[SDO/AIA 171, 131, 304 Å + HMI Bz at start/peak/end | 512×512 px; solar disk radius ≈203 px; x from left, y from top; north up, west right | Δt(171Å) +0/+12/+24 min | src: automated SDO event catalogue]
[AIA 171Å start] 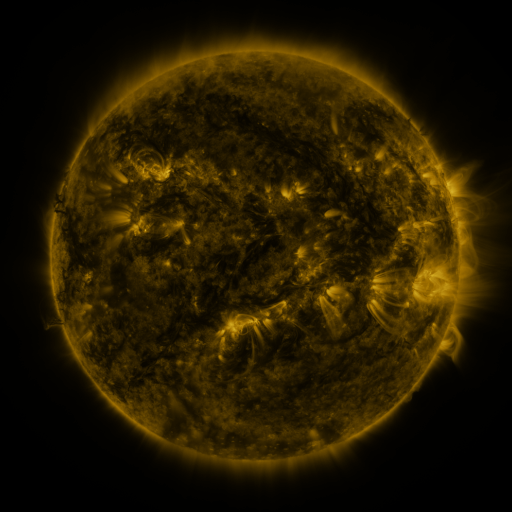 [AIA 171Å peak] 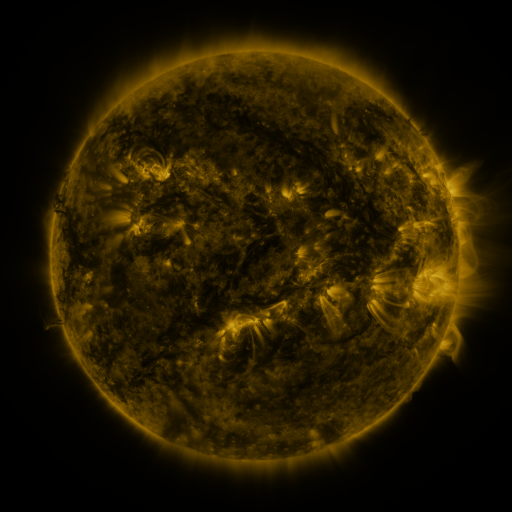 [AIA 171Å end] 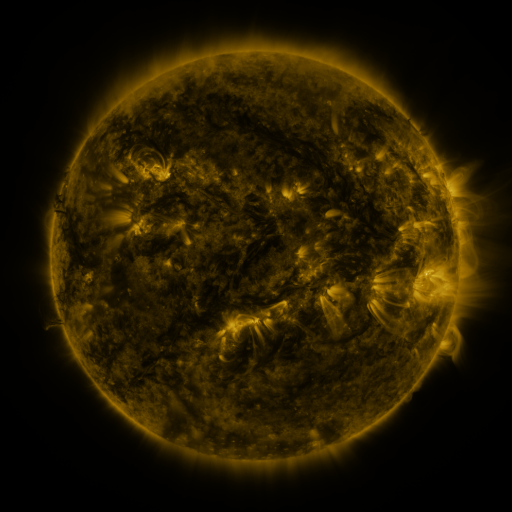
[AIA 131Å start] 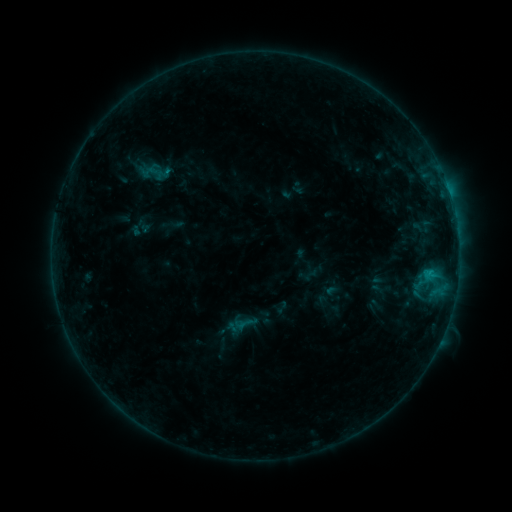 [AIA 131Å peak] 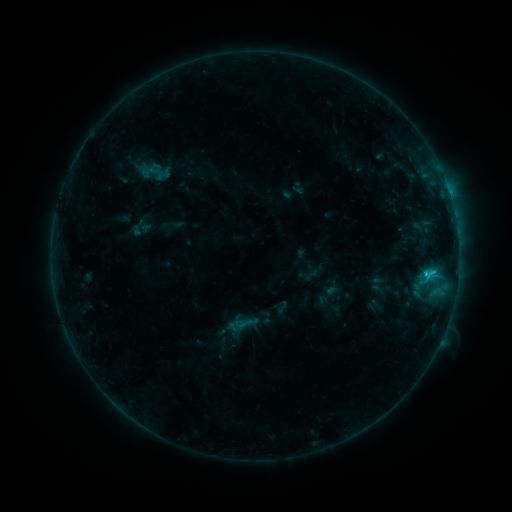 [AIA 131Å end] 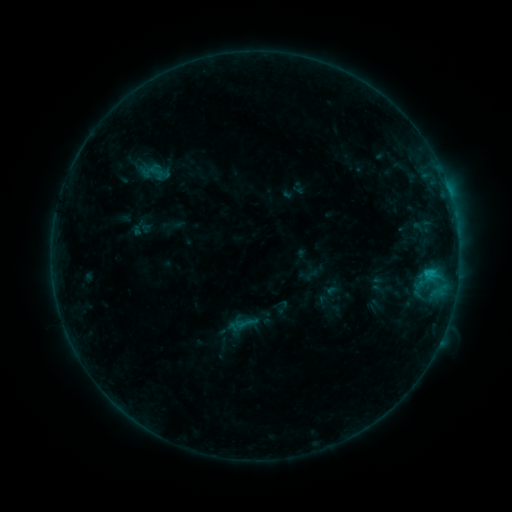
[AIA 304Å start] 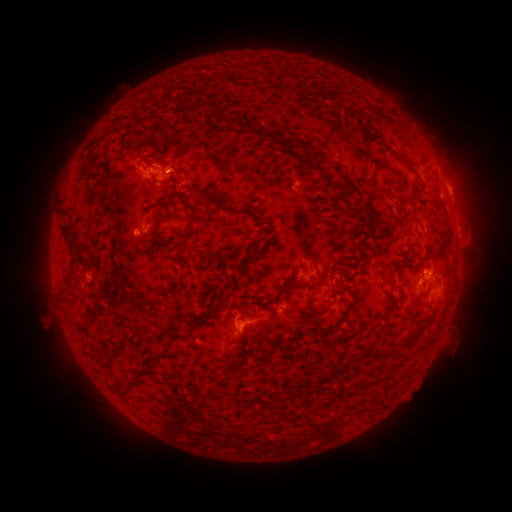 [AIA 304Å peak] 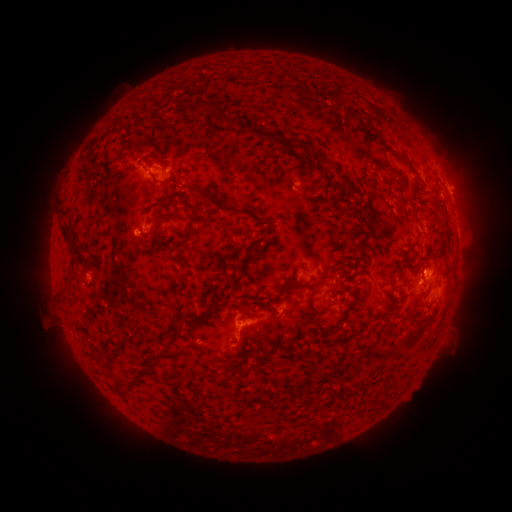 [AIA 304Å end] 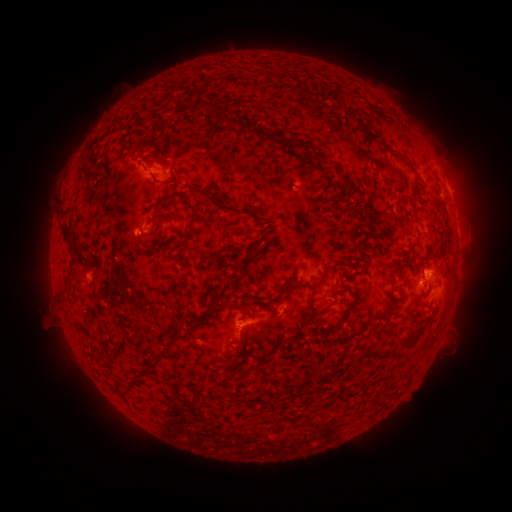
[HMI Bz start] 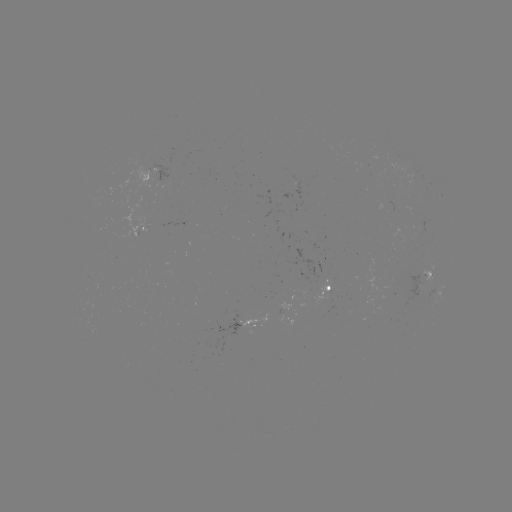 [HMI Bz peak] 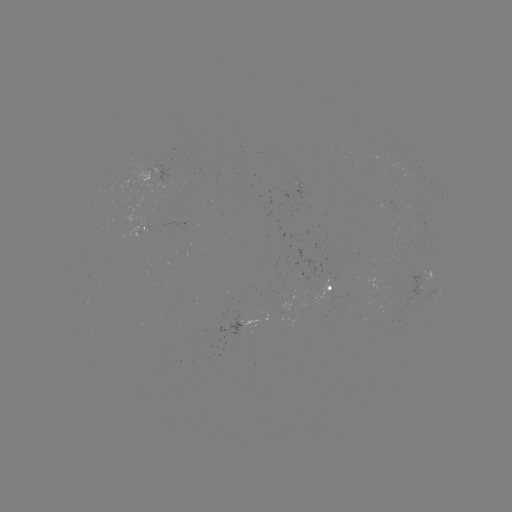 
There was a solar flare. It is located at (425, 273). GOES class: B9.8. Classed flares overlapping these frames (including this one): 1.